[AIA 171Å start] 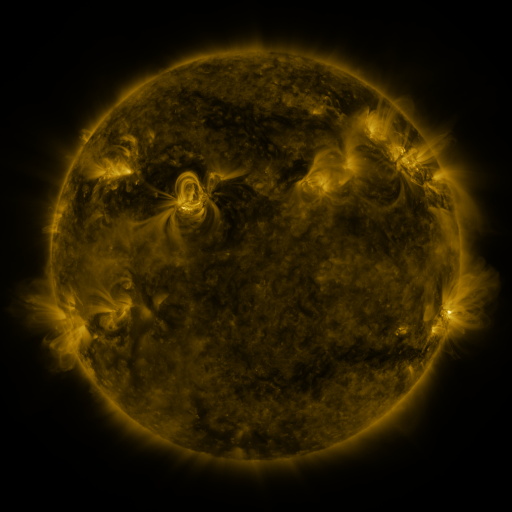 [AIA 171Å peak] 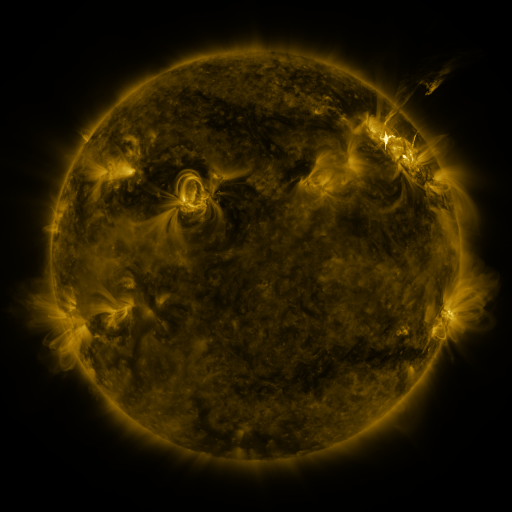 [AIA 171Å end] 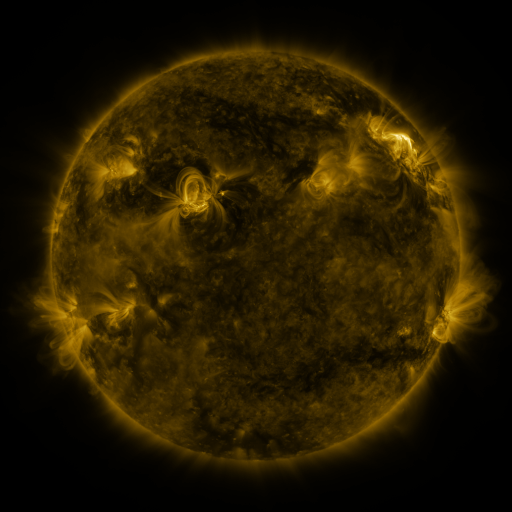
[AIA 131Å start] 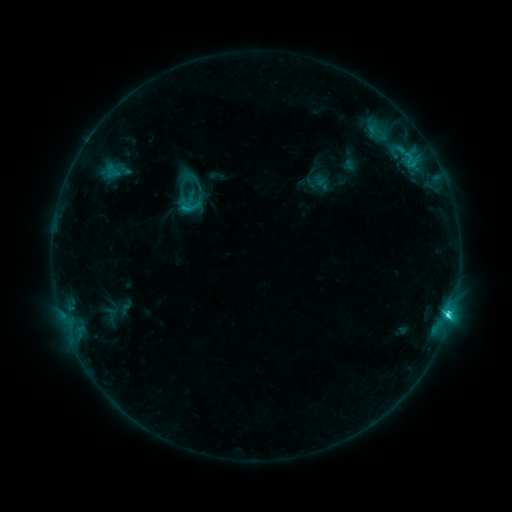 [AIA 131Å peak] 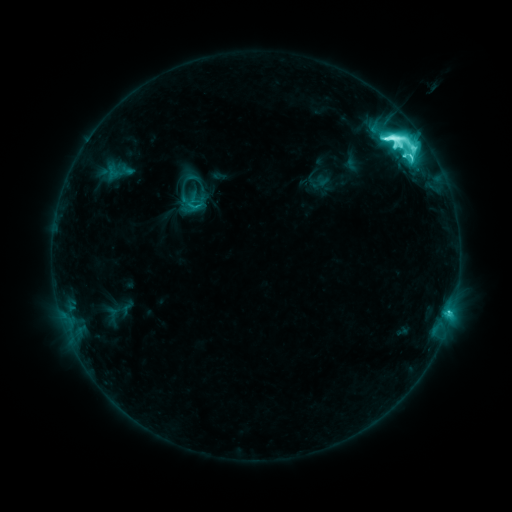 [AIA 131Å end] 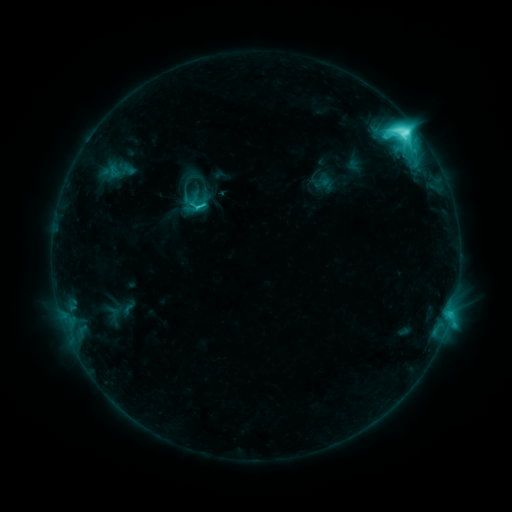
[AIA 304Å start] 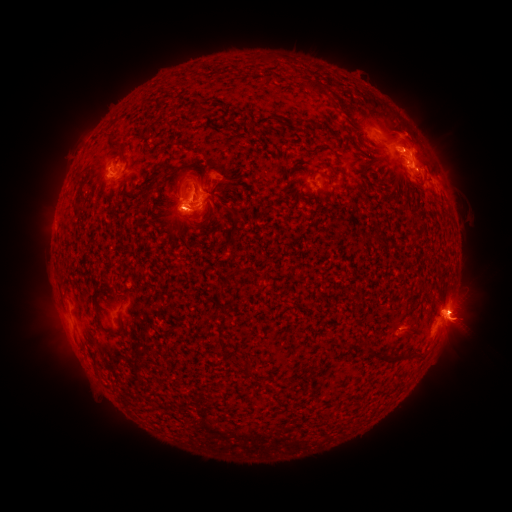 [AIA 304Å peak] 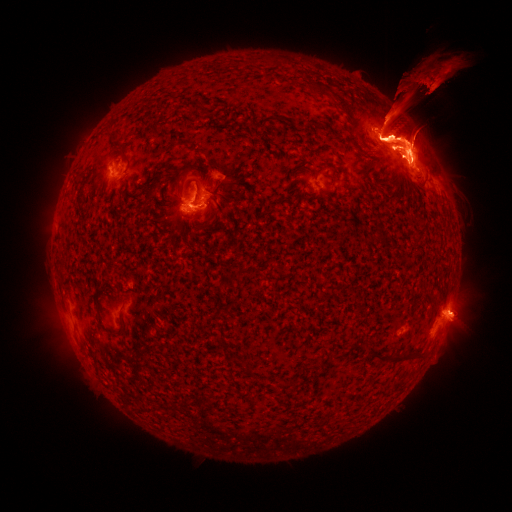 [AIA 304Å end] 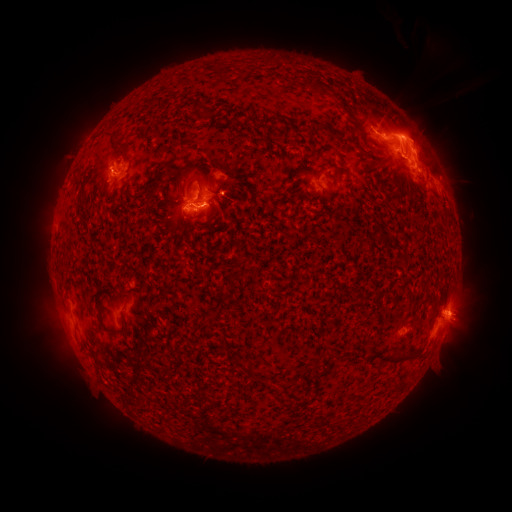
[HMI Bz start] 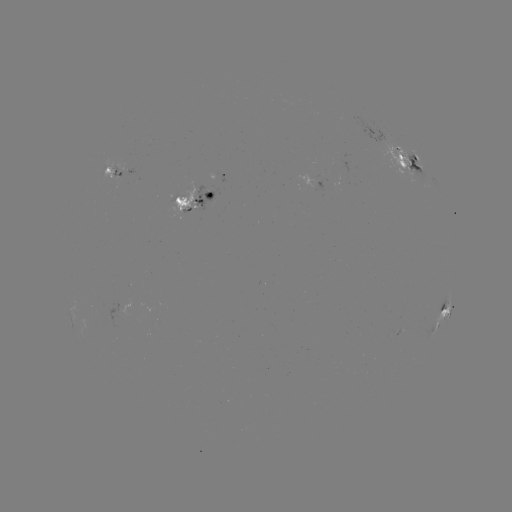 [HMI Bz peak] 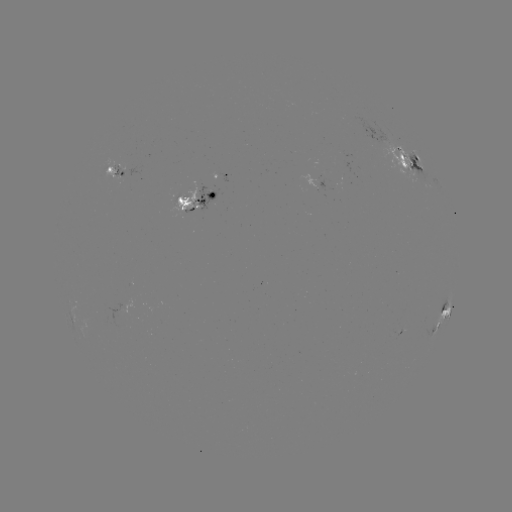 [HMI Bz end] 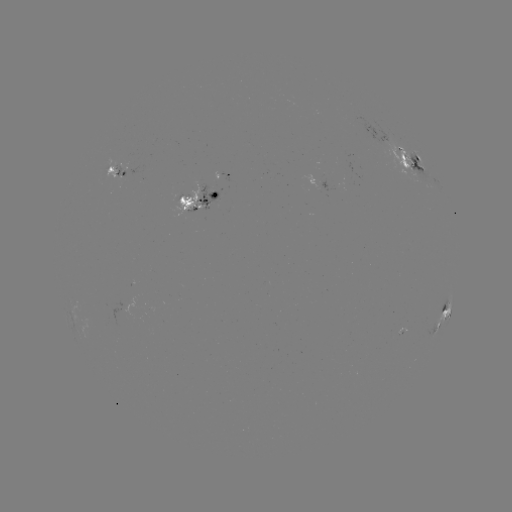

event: emerging-flux region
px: (191, 209)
